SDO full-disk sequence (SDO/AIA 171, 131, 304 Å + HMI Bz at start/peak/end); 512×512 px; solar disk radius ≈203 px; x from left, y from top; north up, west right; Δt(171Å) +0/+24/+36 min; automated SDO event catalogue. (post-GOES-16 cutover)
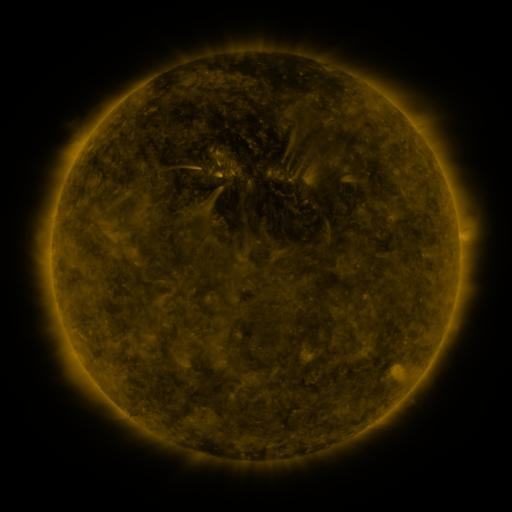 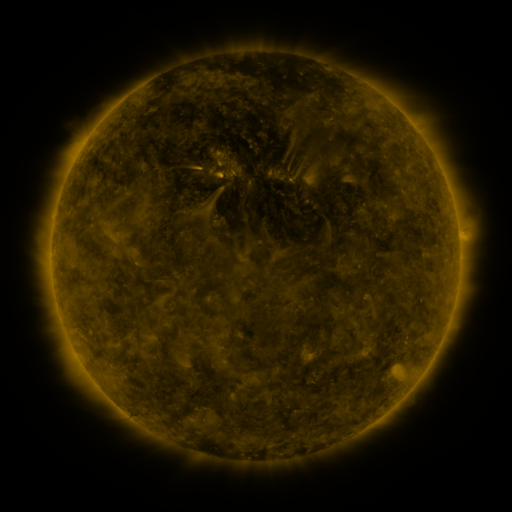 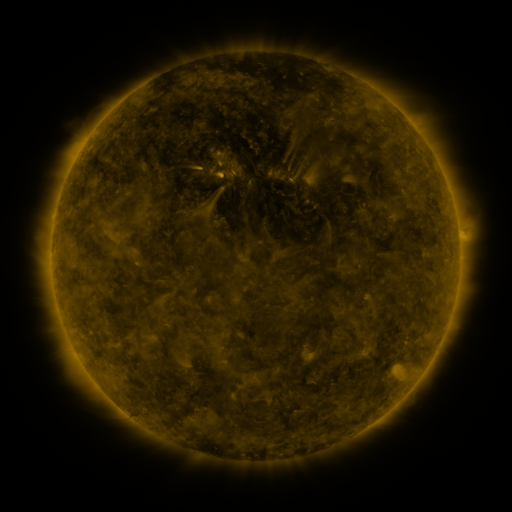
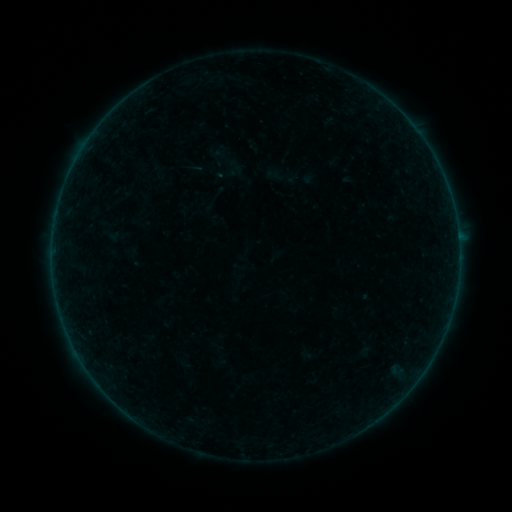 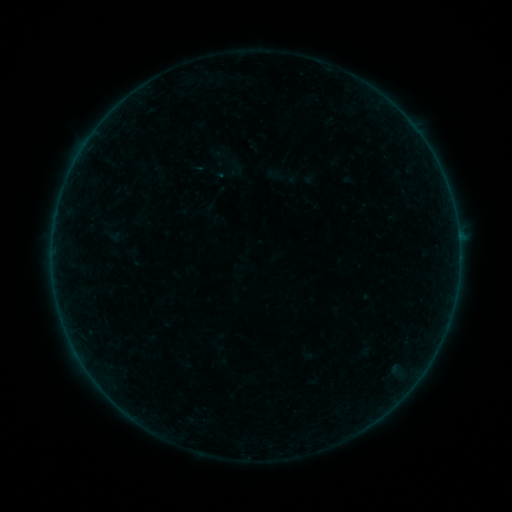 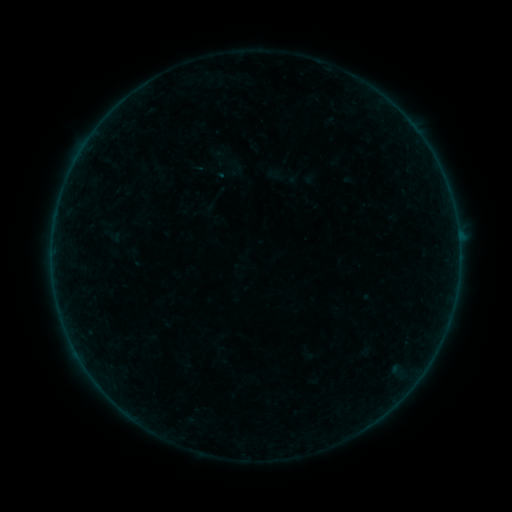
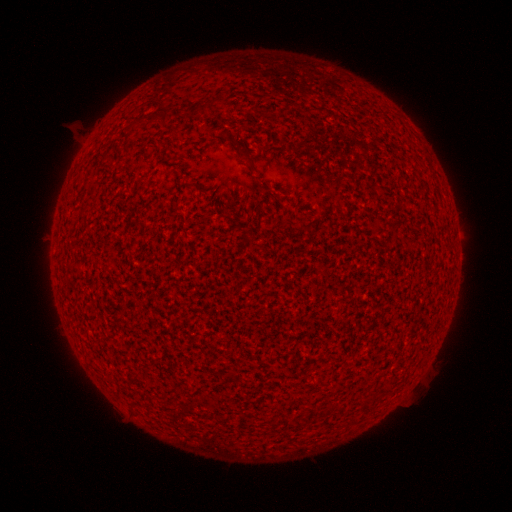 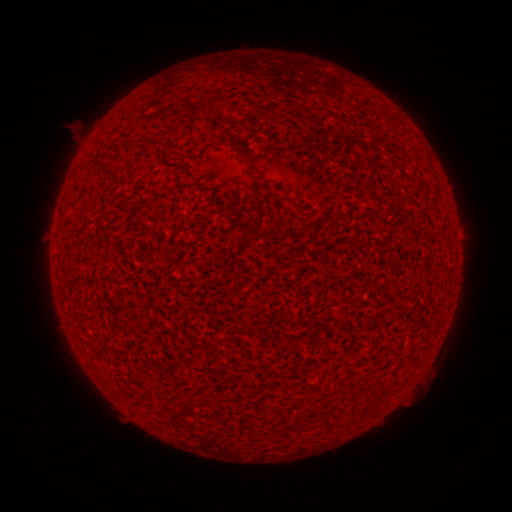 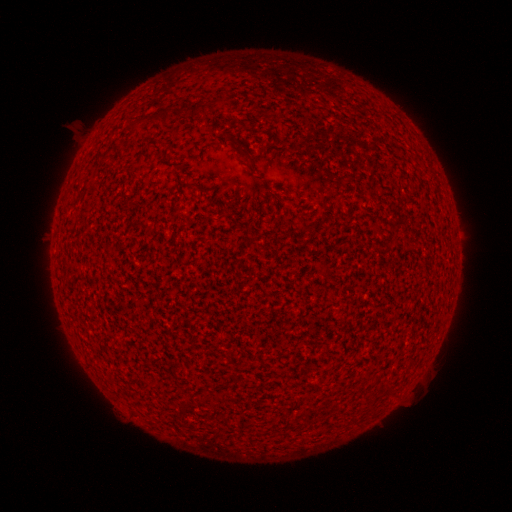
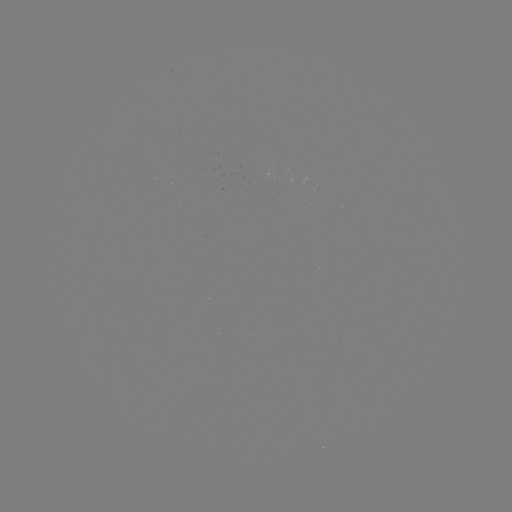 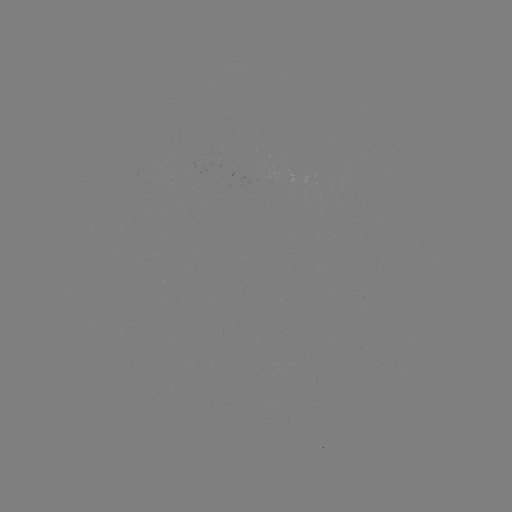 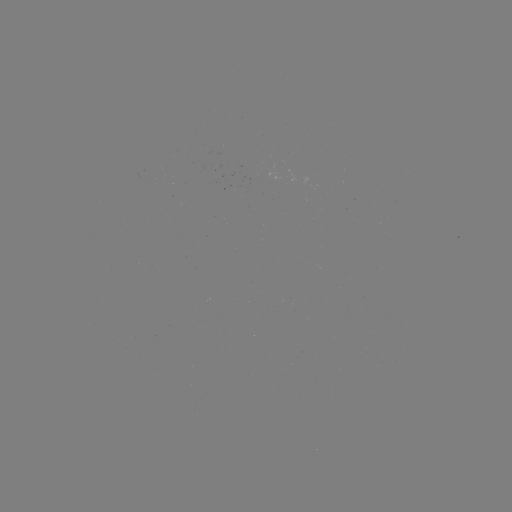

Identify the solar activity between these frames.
A3.4 flare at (458, 235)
